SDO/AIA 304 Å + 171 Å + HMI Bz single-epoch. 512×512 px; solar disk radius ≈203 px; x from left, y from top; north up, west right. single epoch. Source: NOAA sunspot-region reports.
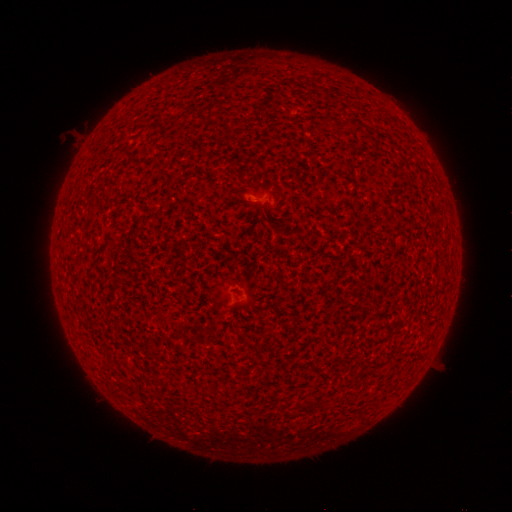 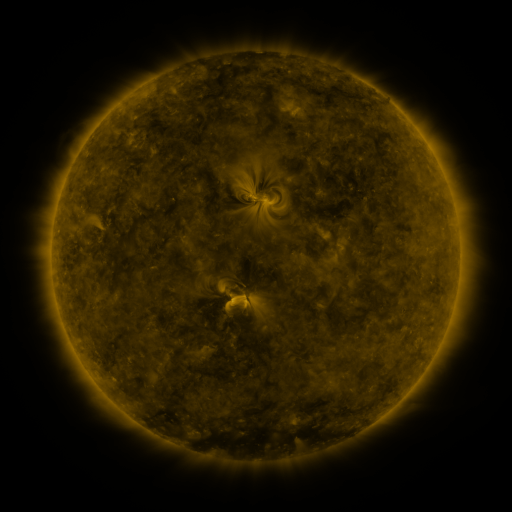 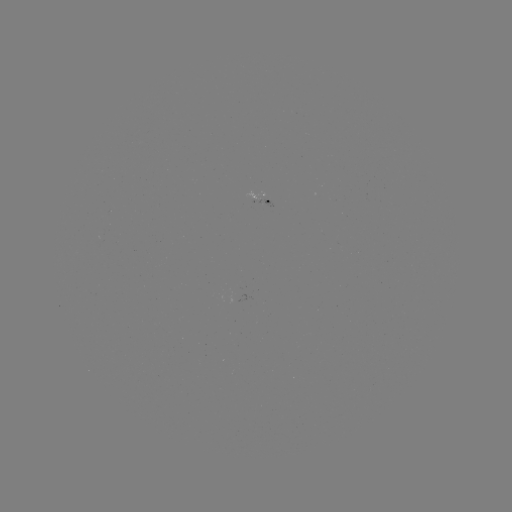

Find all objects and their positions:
(none)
